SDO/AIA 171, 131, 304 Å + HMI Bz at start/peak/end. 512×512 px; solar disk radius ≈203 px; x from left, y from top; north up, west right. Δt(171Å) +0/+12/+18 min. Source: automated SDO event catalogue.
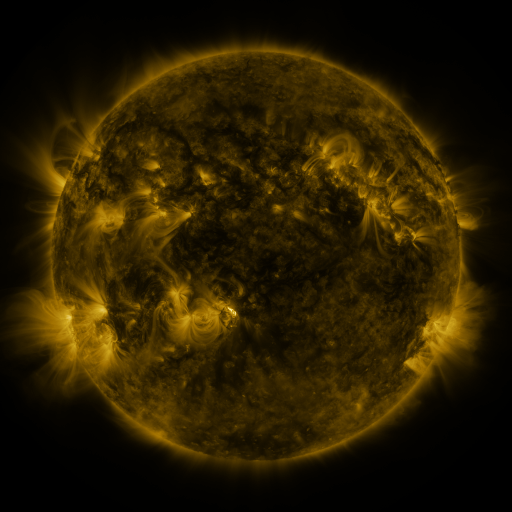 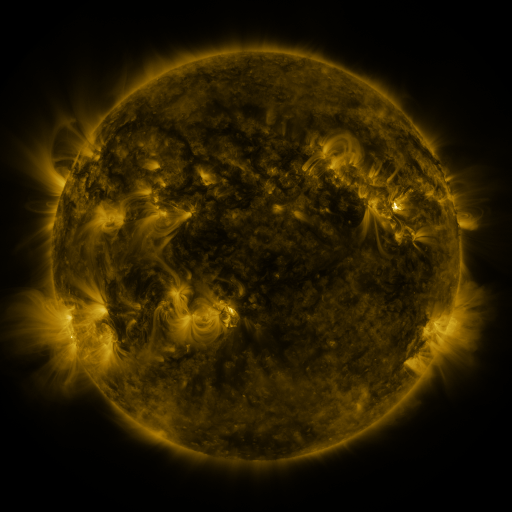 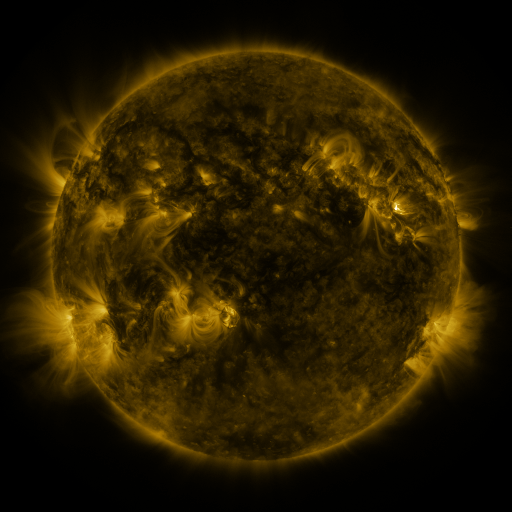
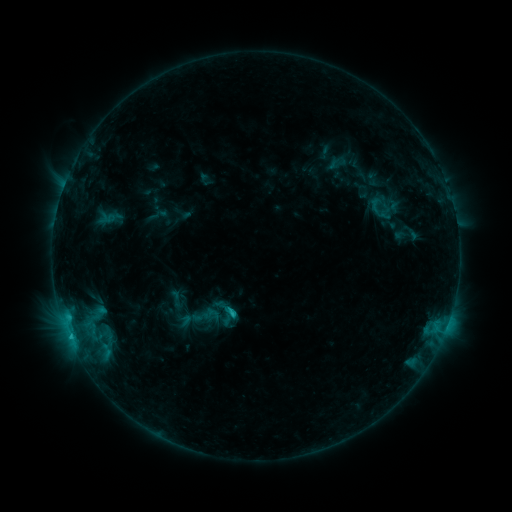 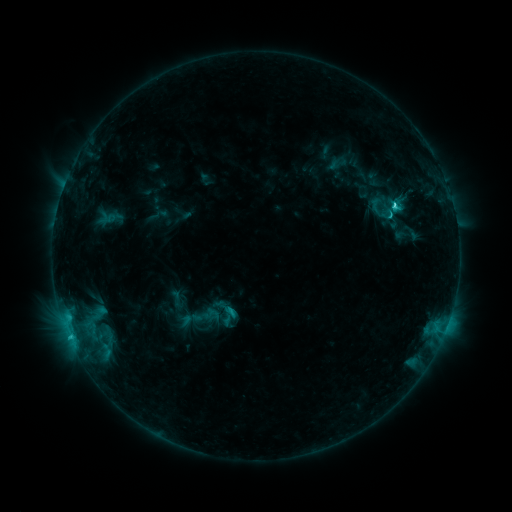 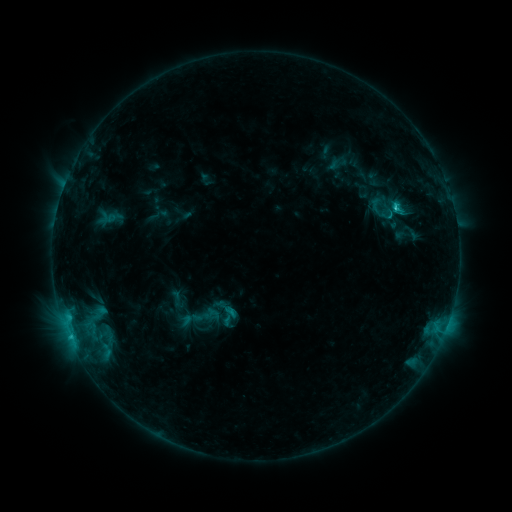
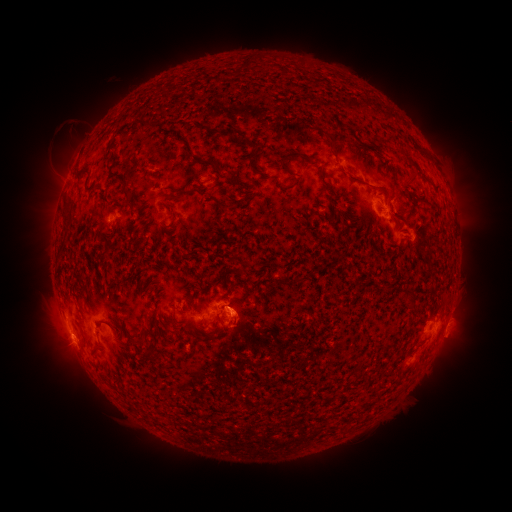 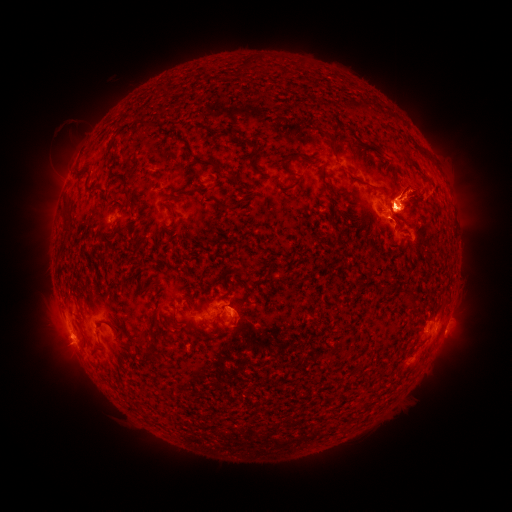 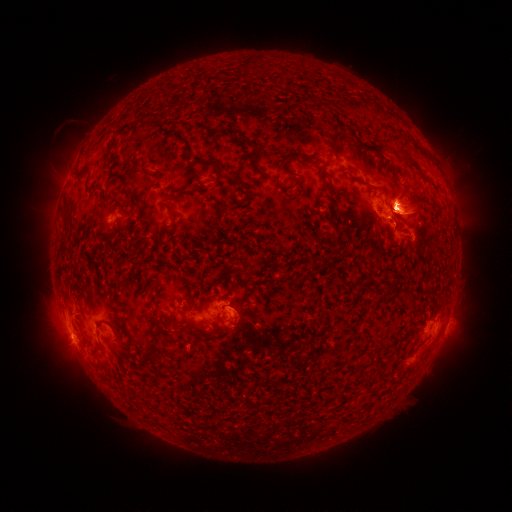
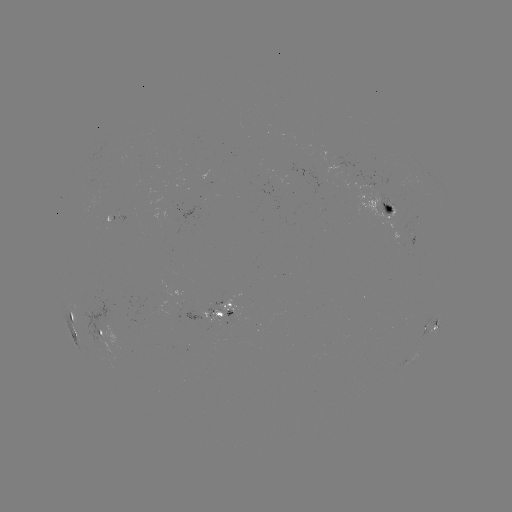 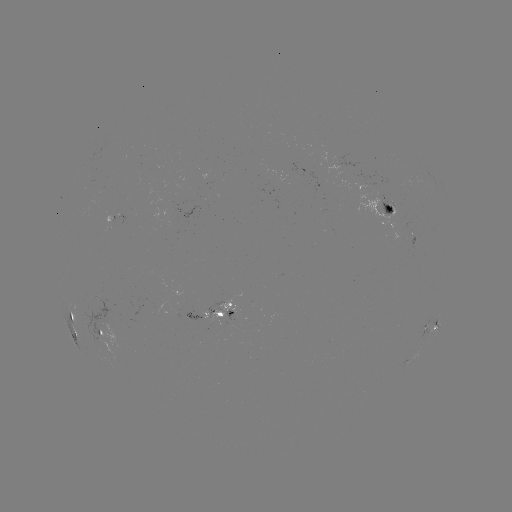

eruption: [37, 133, 88, 214]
